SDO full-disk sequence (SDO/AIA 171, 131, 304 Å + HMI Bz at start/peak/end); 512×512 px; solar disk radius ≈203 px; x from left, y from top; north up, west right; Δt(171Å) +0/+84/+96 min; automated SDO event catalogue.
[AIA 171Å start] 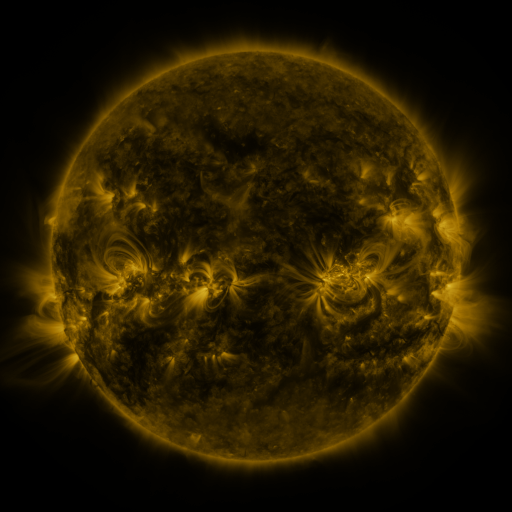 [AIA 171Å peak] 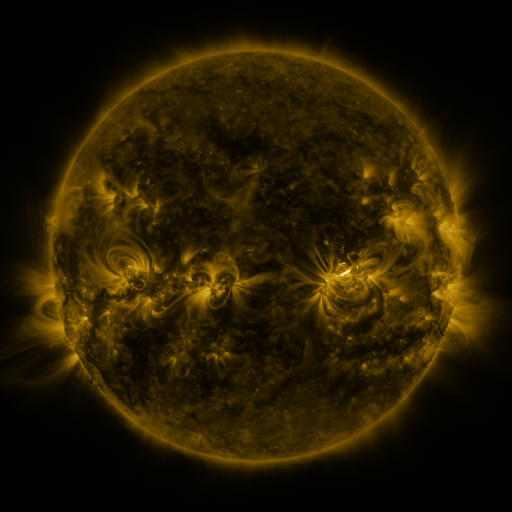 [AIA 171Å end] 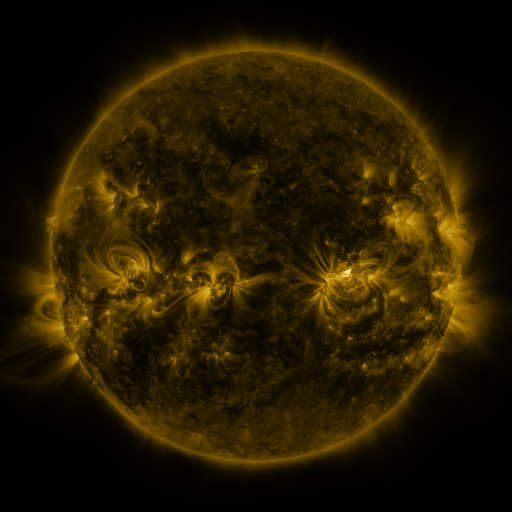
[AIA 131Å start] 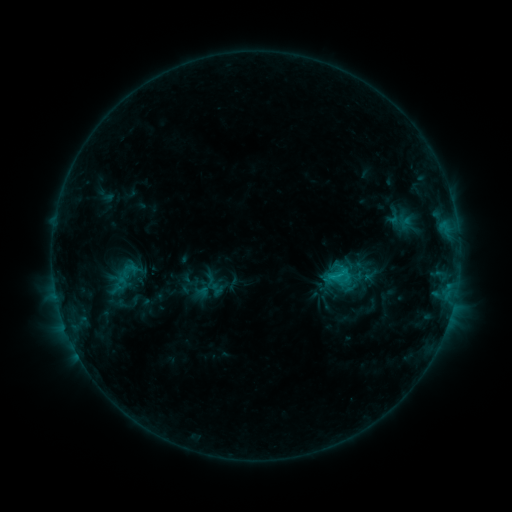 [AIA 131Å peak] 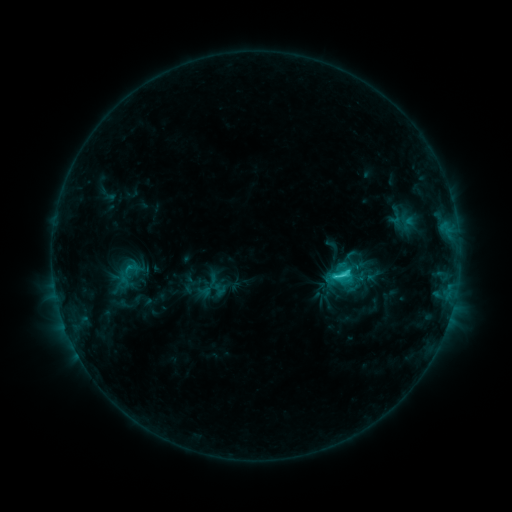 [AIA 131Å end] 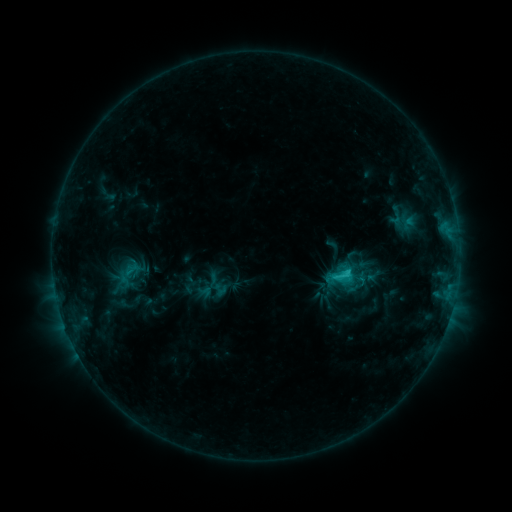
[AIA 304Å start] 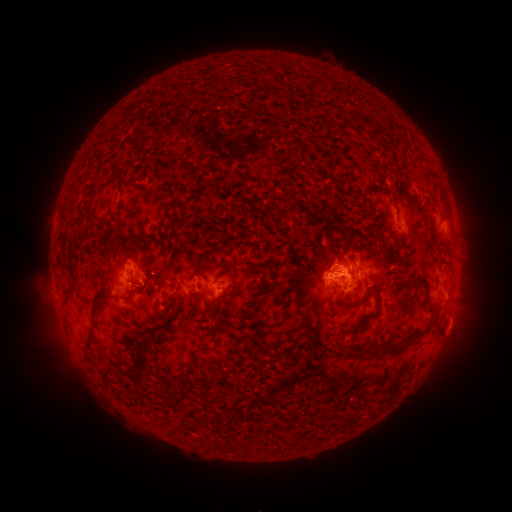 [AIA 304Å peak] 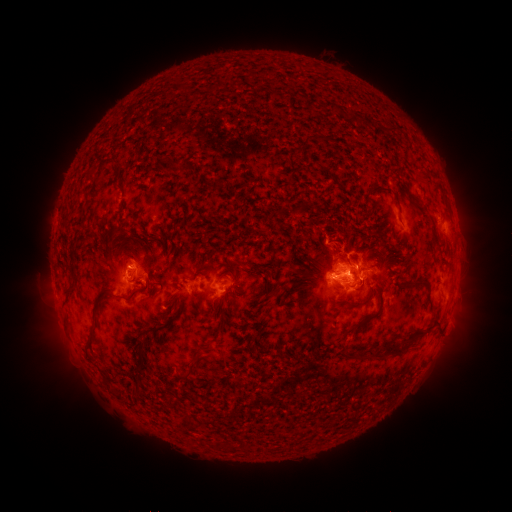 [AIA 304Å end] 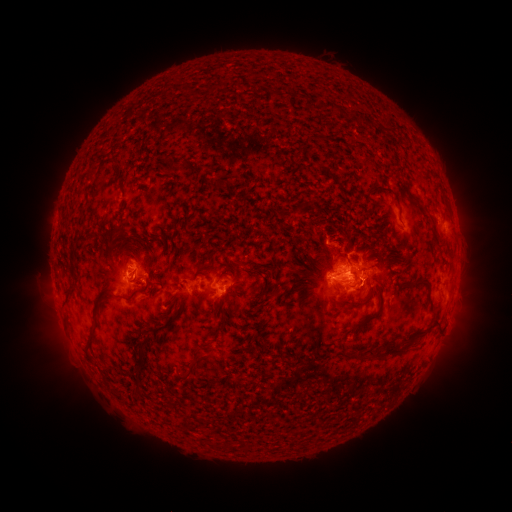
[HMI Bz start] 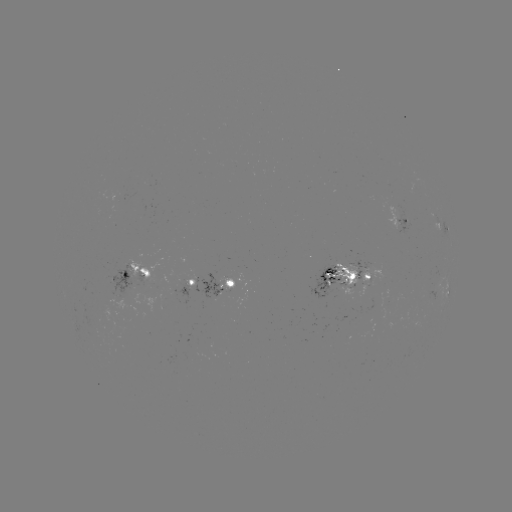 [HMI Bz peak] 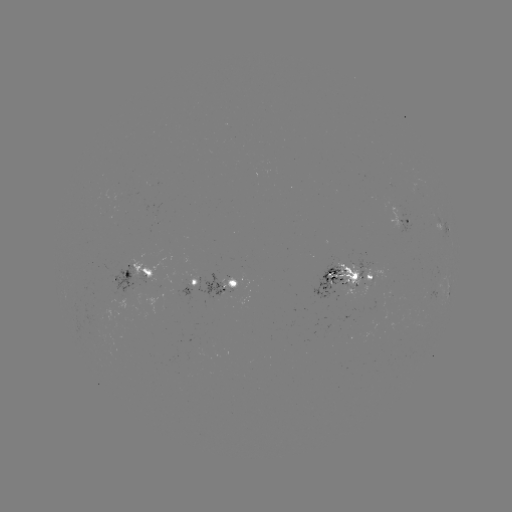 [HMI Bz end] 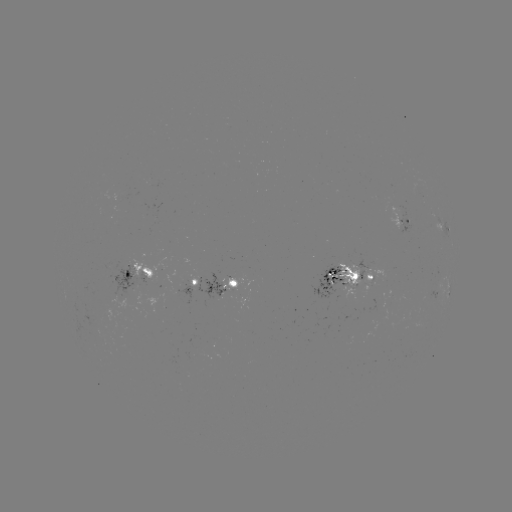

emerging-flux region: <bbox>333, 264, 358, 290</bbox>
